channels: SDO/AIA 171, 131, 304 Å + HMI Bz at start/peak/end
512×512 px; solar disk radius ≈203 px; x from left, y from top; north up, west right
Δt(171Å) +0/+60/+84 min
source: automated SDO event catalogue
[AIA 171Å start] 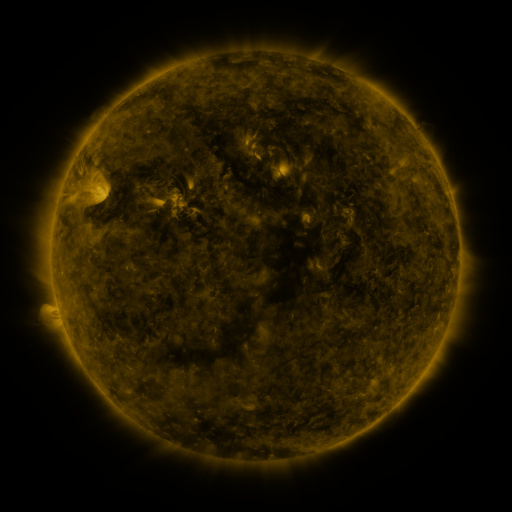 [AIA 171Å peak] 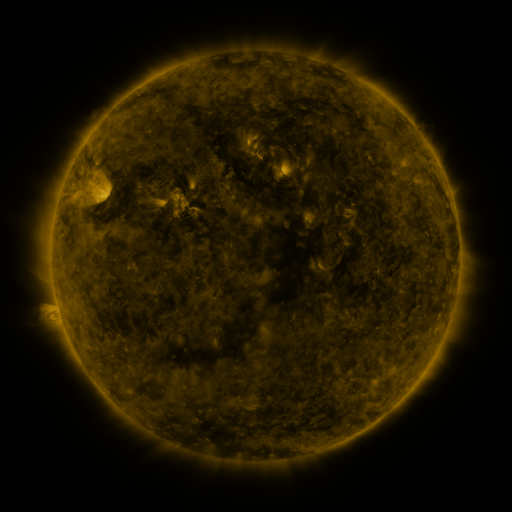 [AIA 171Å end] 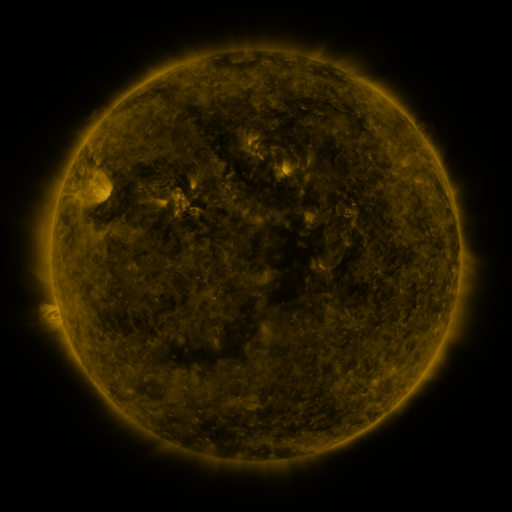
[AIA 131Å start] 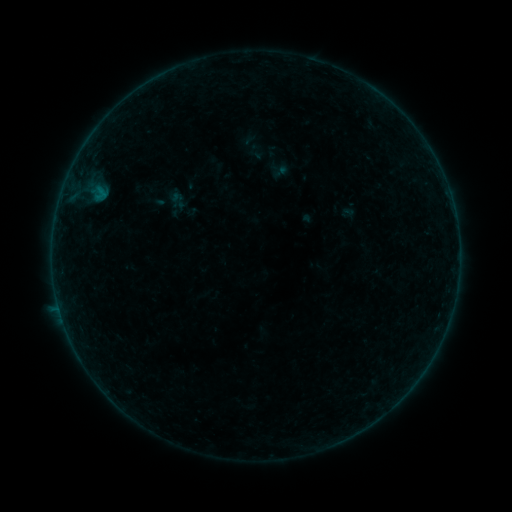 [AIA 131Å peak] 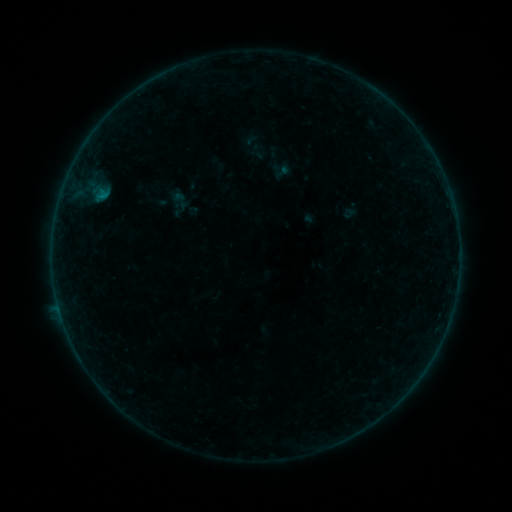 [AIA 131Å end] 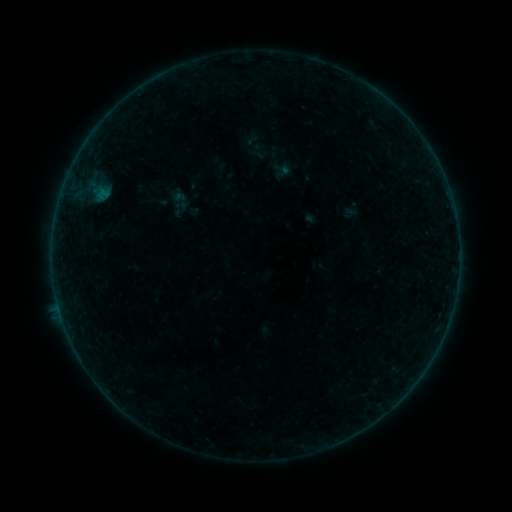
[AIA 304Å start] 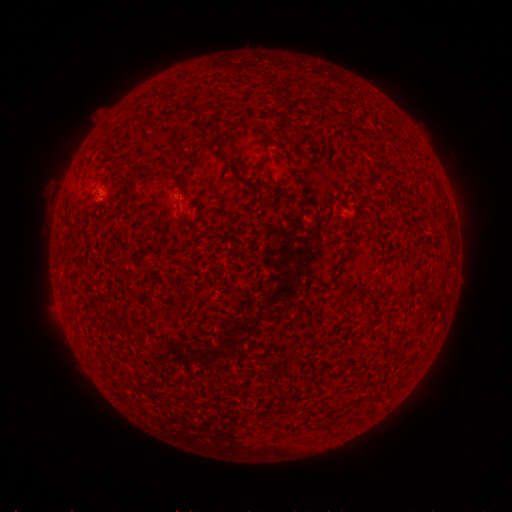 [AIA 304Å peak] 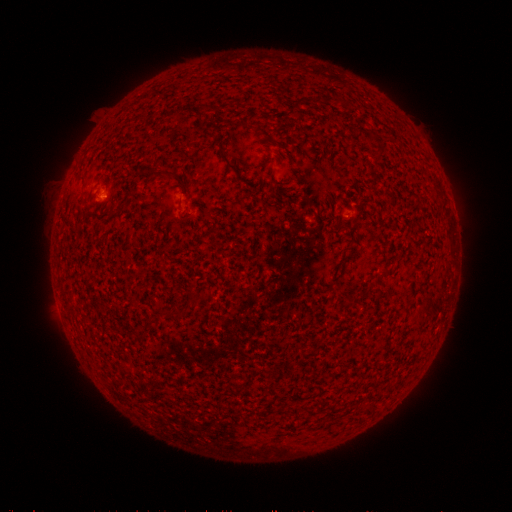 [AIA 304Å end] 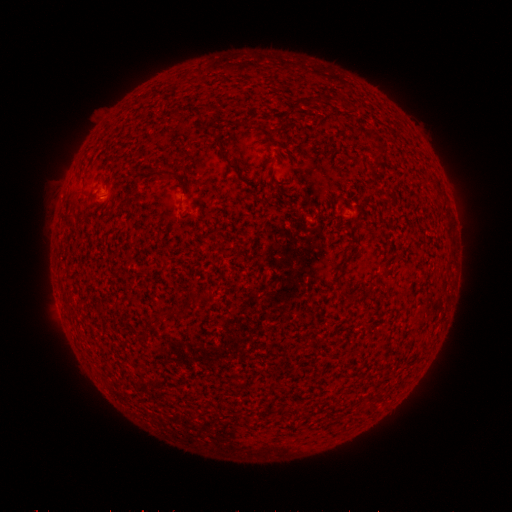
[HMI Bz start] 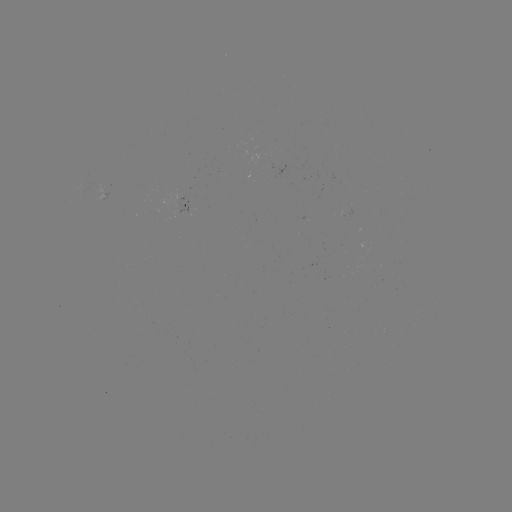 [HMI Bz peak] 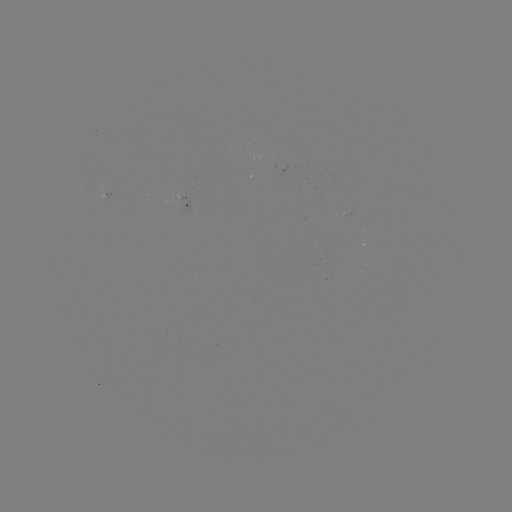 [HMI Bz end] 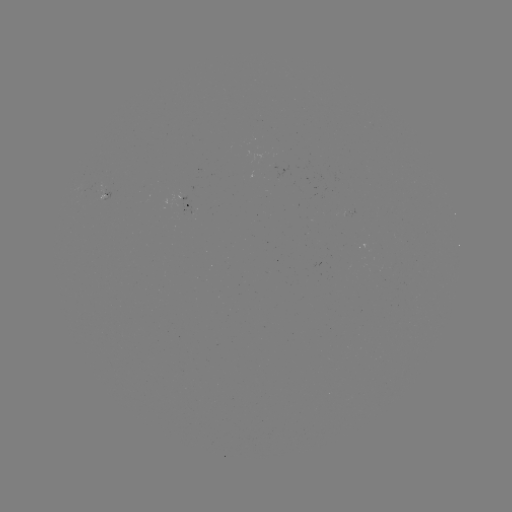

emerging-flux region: <bbox>253, 153, 275, 170</bbox>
